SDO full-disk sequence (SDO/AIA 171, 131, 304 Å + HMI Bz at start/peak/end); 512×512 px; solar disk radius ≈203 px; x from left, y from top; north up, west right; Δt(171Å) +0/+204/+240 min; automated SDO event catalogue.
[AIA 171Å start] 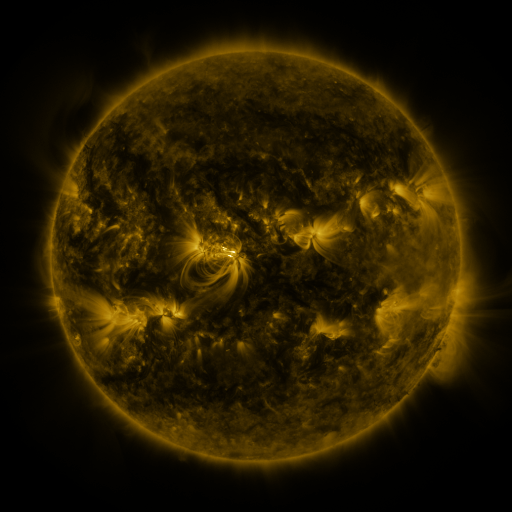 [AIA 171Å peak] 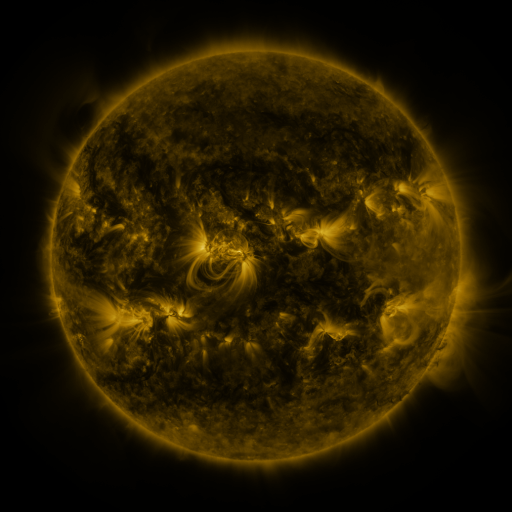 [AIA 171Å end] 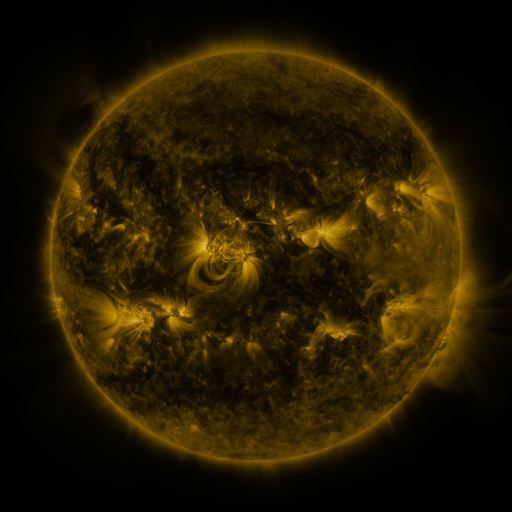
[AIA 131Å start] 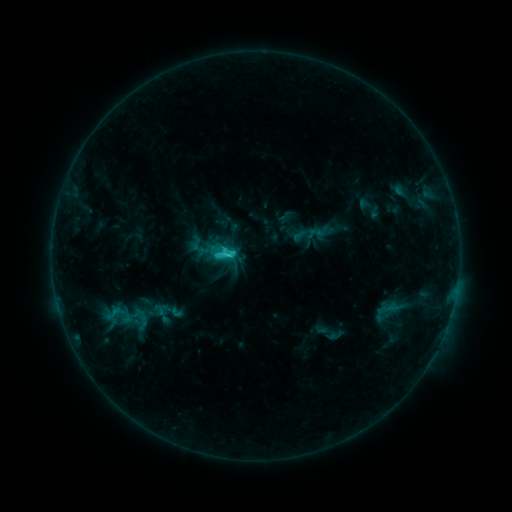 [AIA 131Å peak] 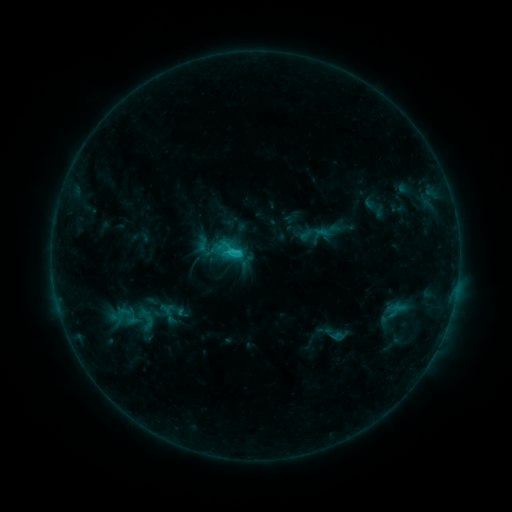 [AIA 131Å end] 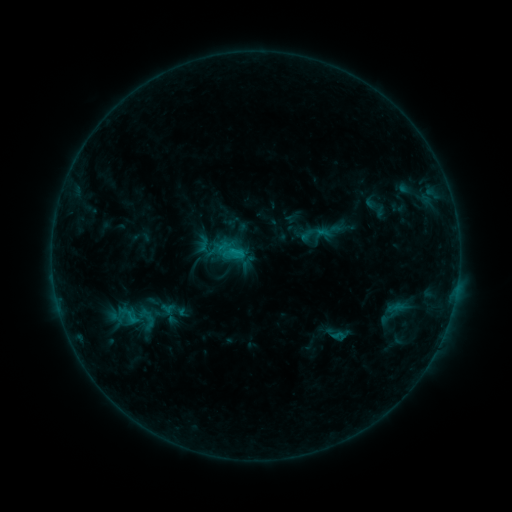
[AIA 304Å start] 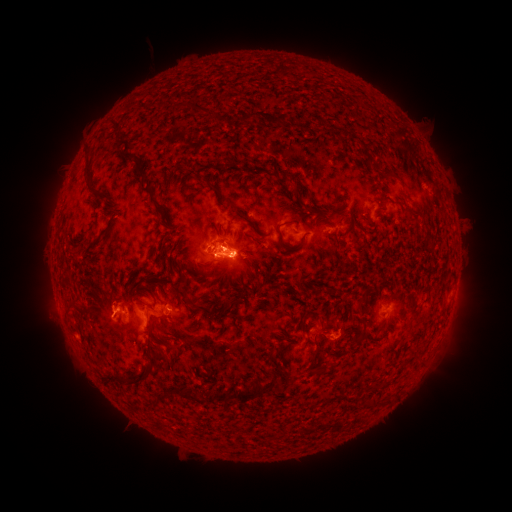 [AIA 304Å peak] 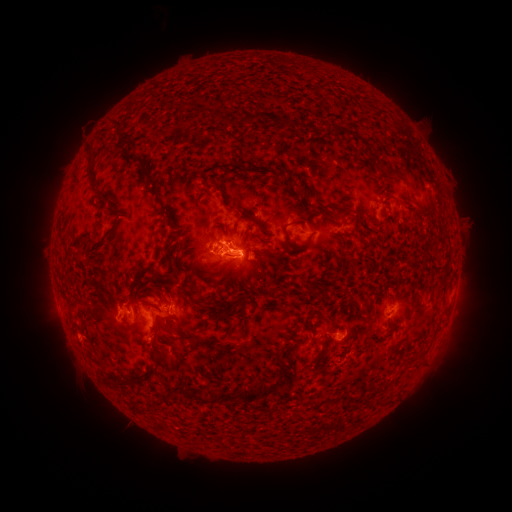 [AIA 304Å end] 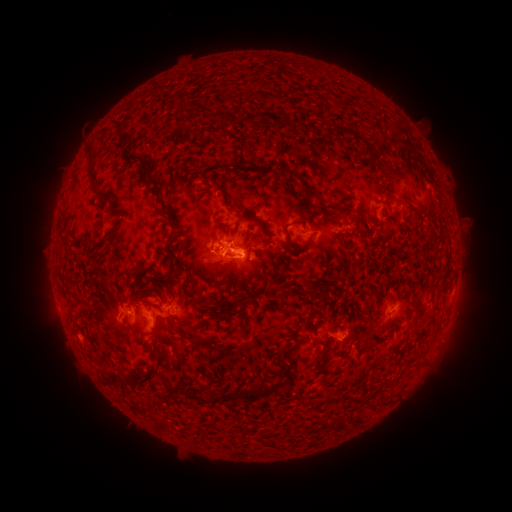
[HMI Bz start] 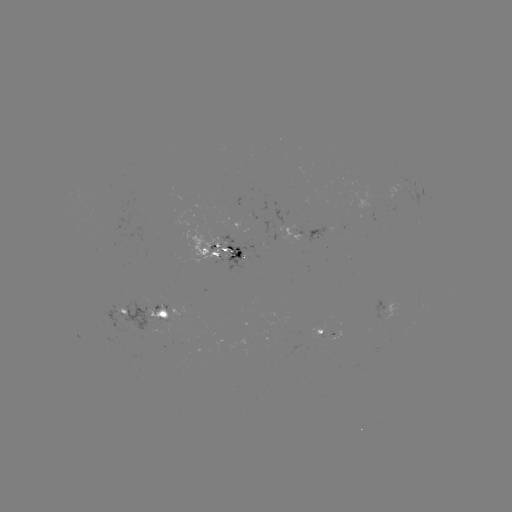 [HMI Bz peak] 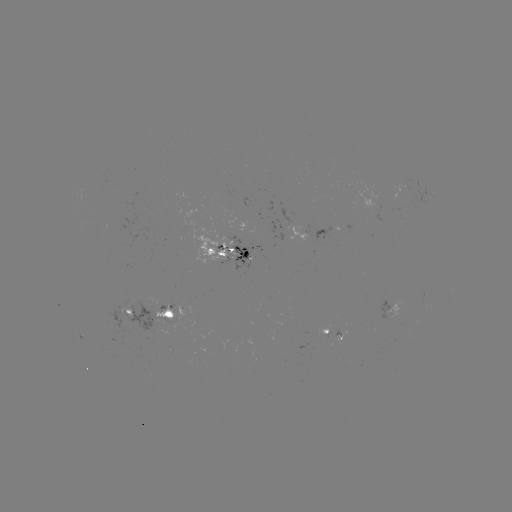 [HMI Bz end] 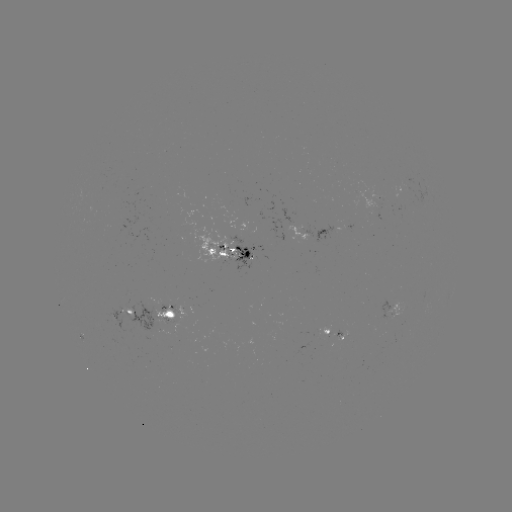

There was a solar emerging-flux region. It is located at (166, 317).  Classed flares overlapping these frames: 1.